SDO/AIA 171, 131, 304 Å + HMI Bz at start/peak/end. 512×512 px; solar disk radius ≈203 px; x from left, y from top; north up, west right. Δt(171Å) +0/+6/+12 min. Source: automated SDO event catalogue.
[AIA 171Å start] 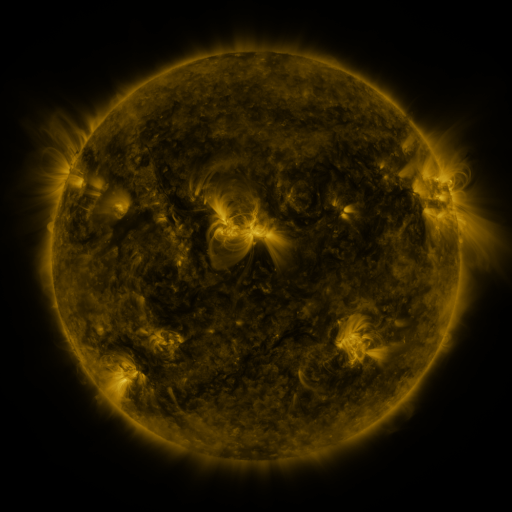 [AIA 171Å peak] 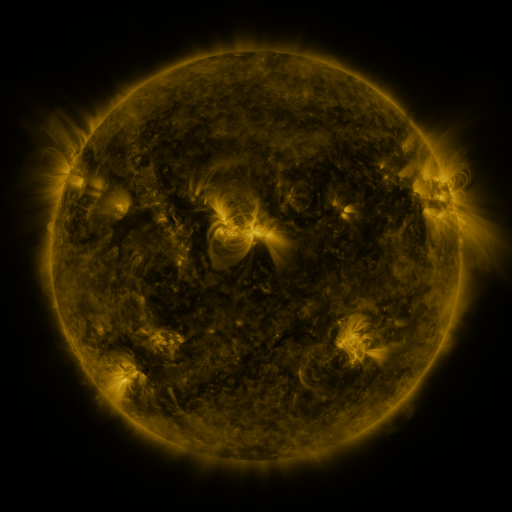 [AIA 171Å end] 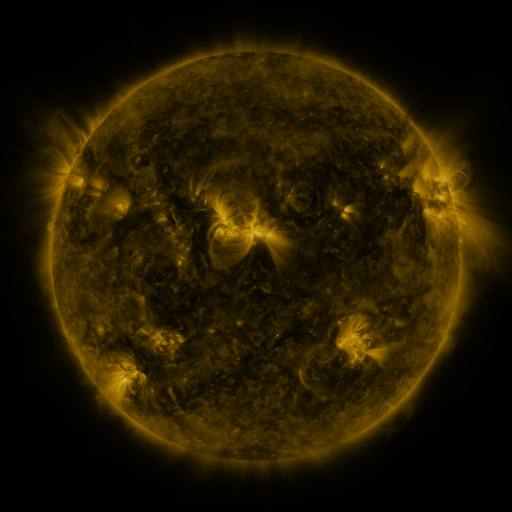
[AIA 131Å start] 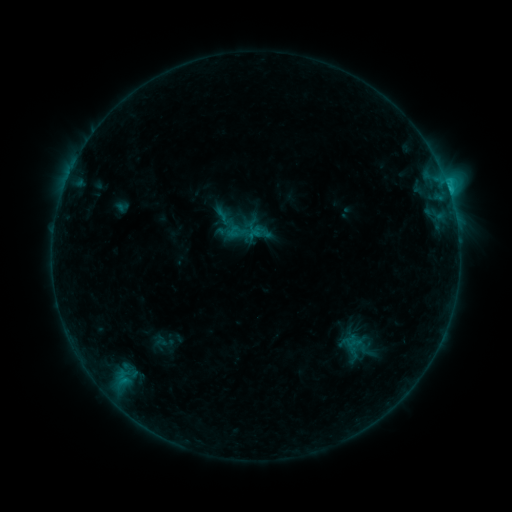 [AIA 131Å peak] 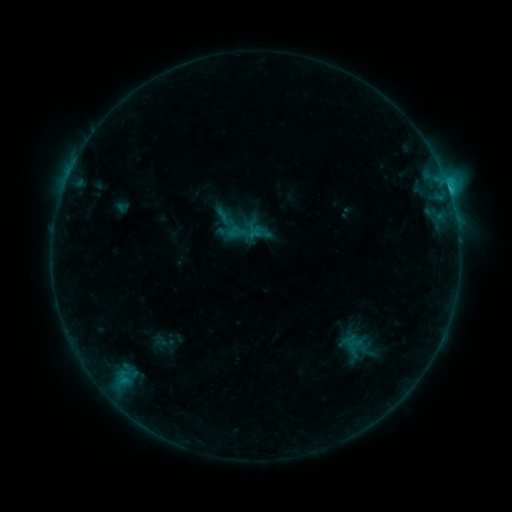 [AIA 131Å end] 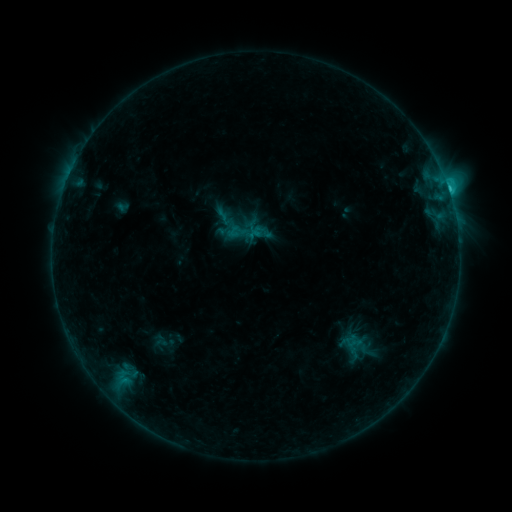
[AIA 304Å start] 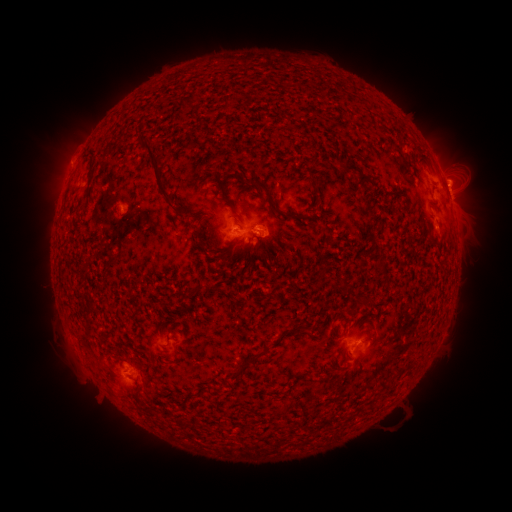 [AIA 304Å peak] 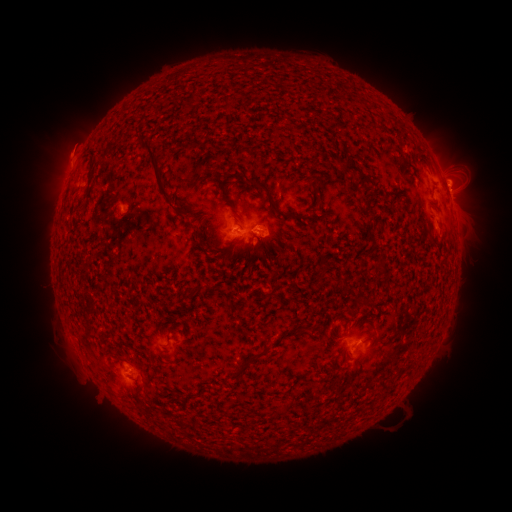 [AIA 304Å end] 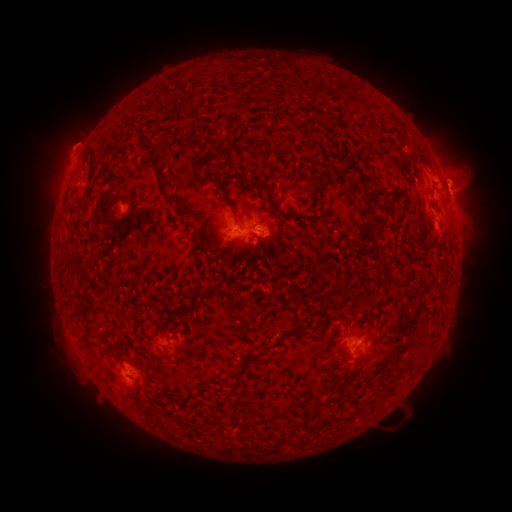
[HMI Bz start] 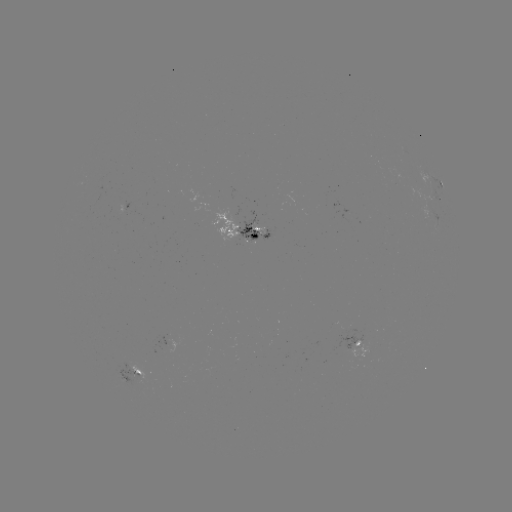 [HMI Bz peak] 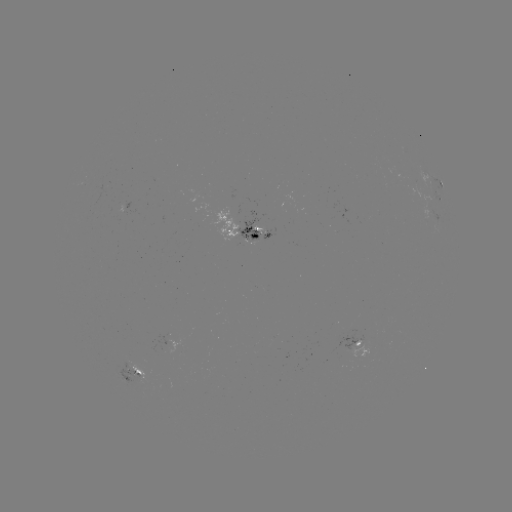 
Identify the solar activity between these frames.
eruption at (71, 148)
